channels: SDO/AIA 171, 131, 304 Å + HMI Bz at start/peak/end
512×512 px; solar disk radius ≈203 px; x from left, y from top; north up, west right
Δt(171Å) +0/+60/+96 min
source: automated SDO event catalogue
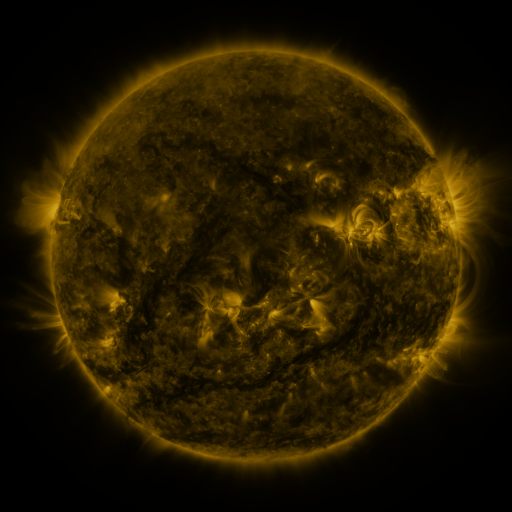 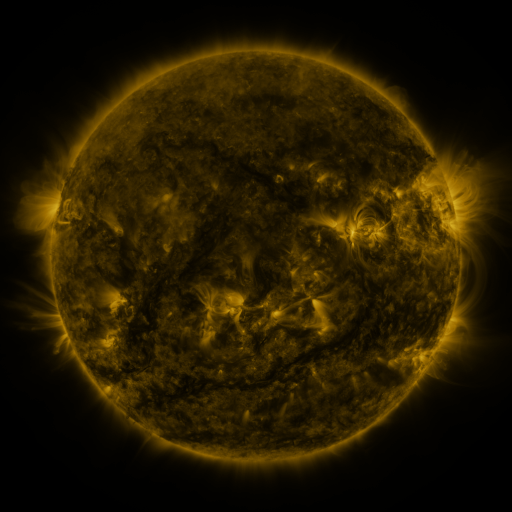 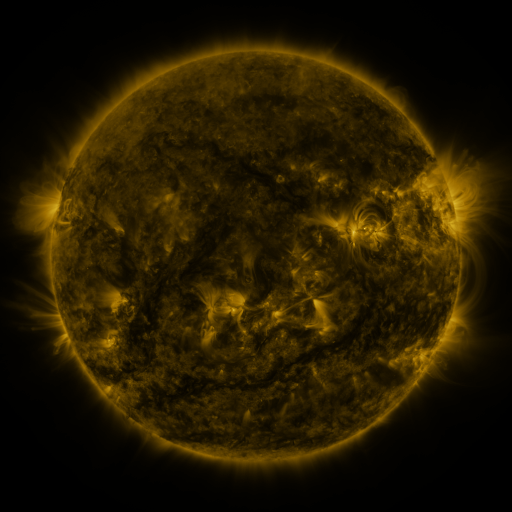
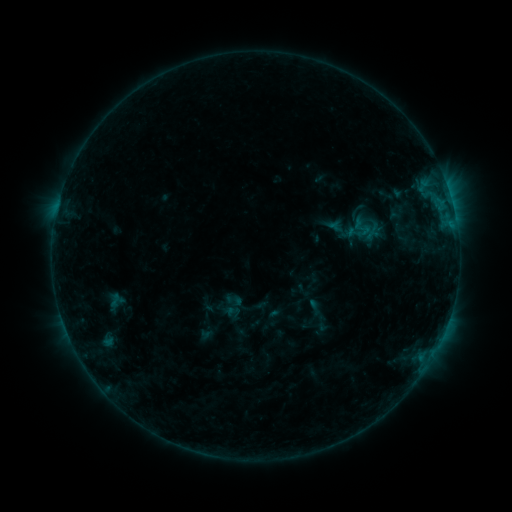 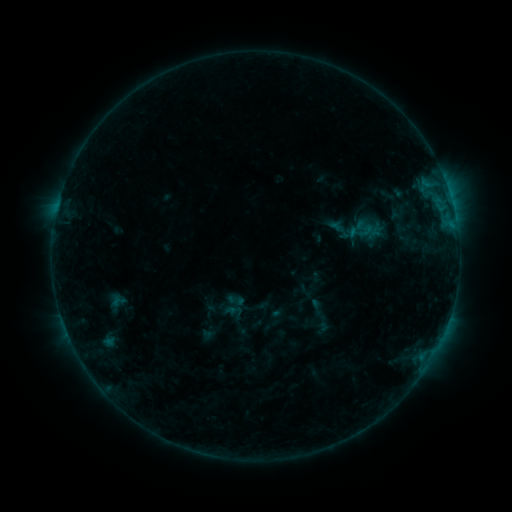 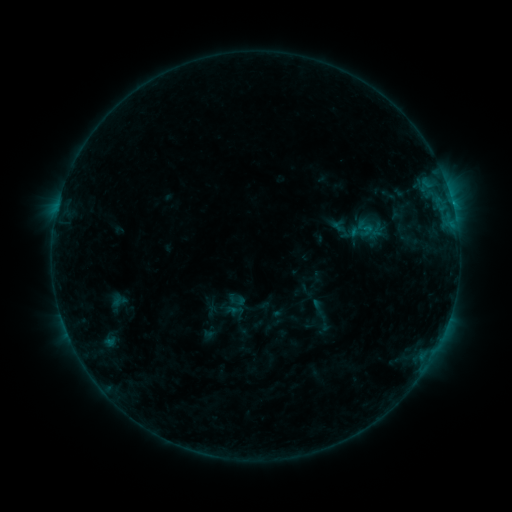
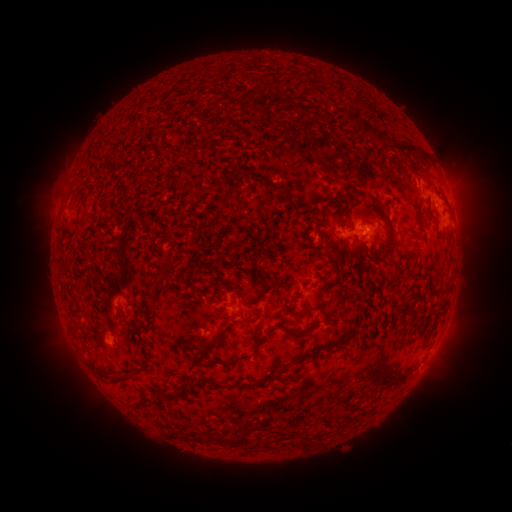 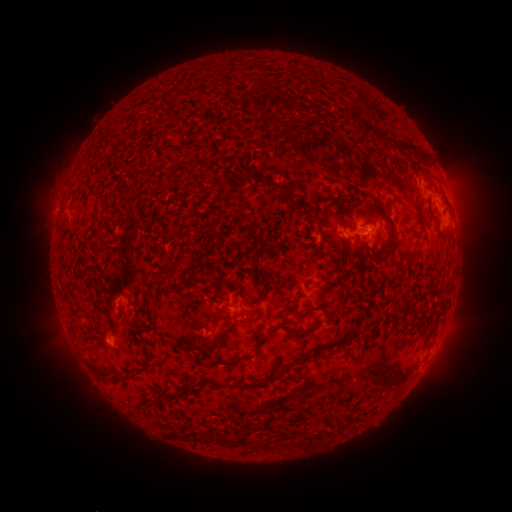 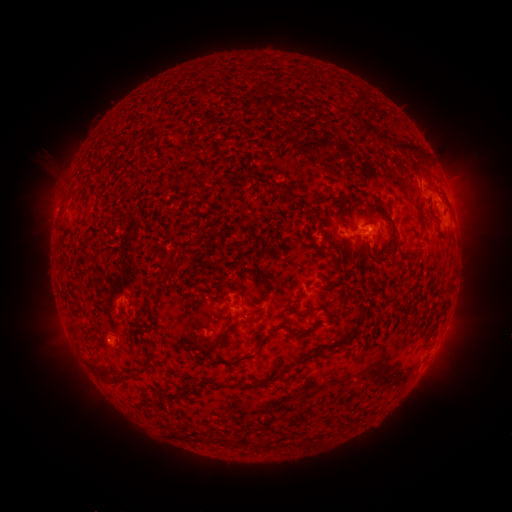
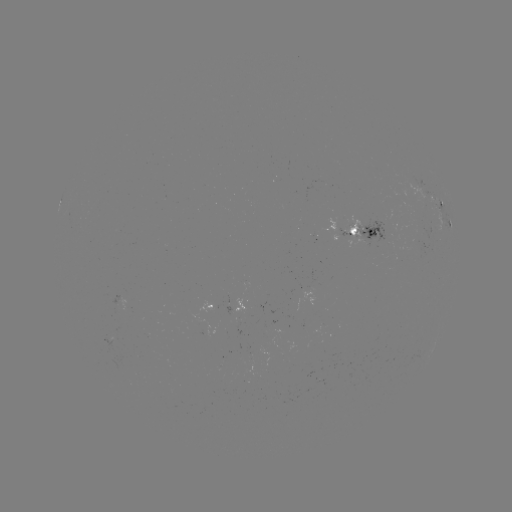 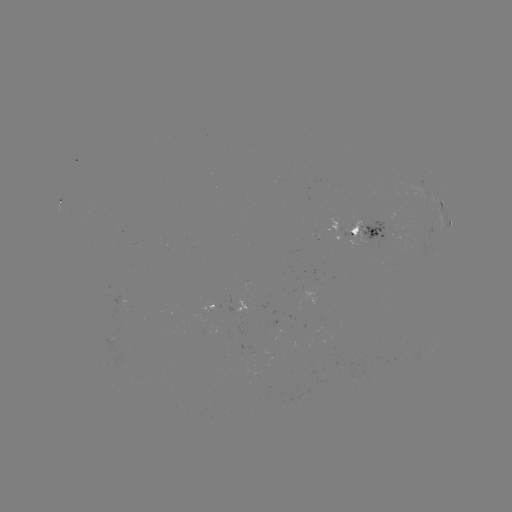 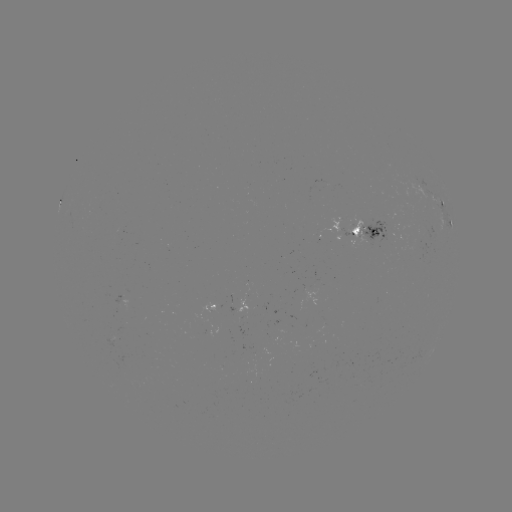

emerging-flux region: (191, 316, 218, 337)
